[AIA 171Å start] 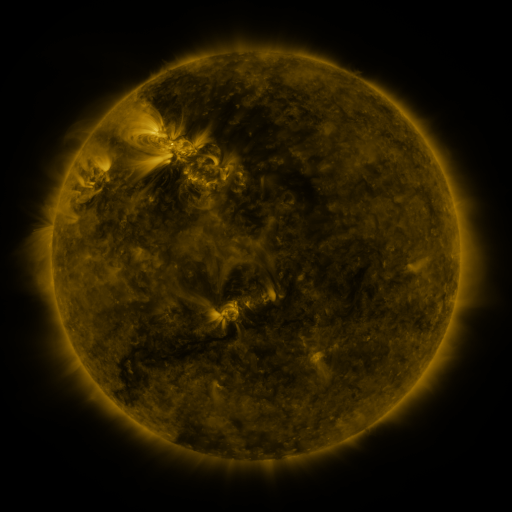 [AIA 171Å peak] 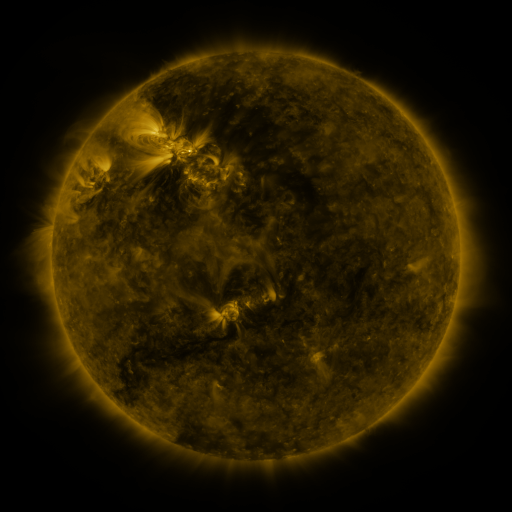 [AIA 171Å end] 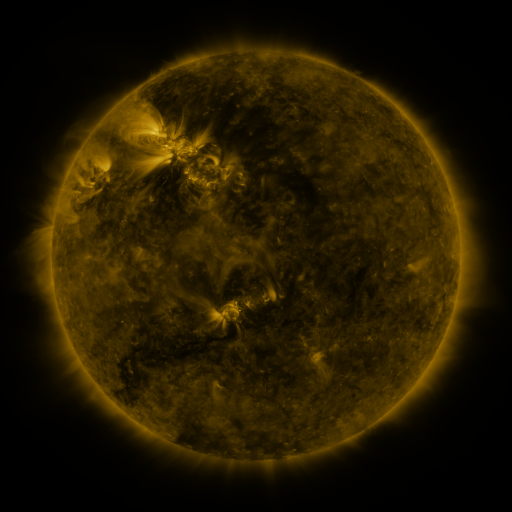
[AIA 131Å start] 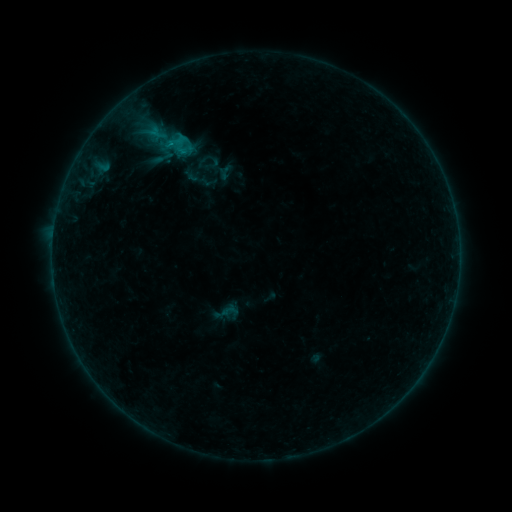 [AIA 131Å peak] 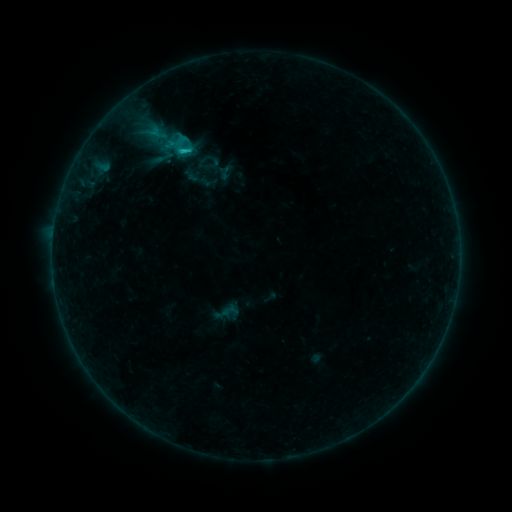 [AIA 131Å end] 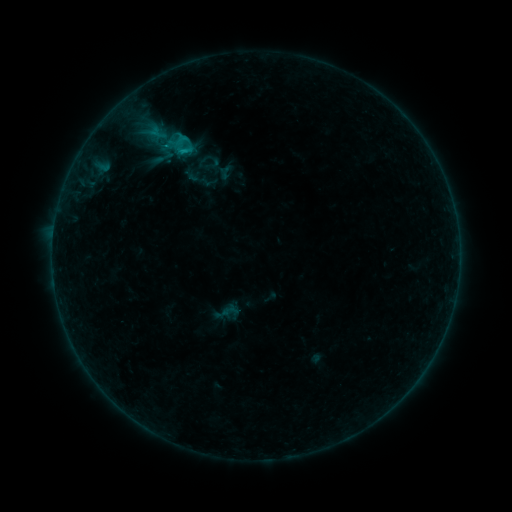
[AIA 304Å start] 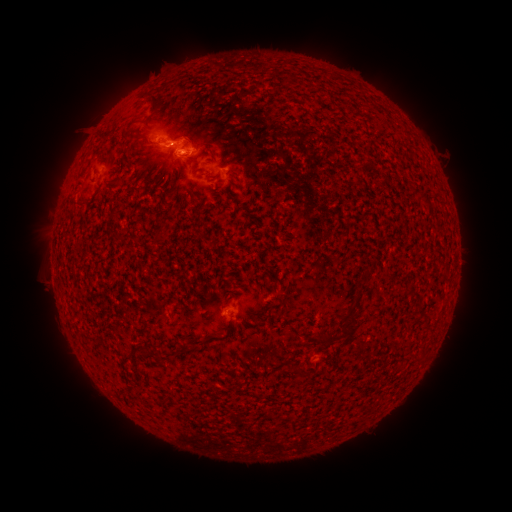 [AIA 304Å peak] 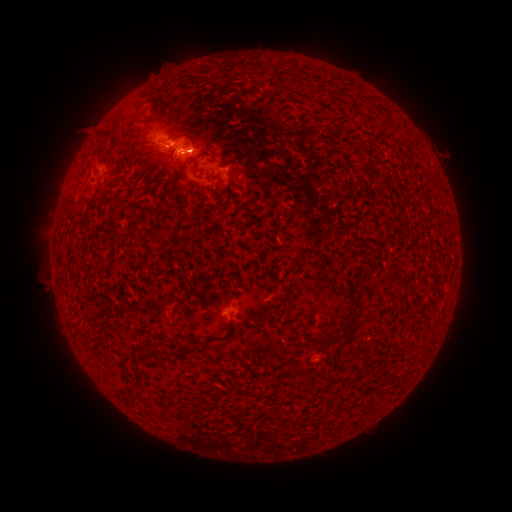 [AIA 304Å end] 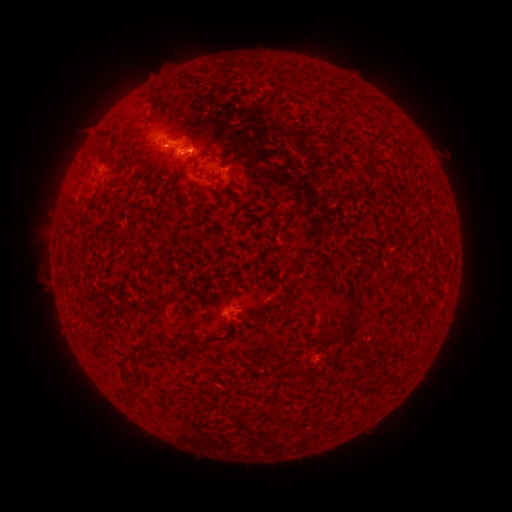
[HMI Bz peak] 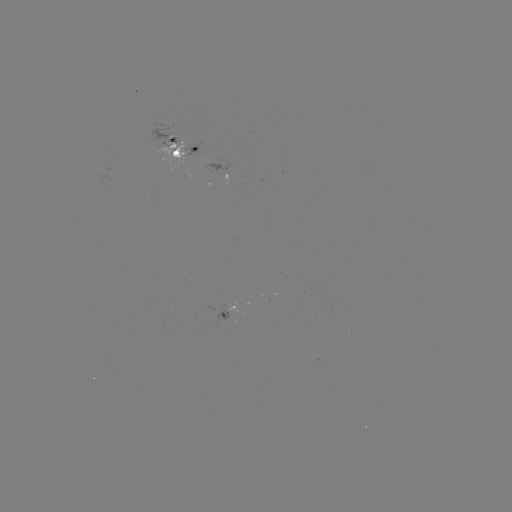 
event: flare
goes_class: C1.3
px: (189, 151)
